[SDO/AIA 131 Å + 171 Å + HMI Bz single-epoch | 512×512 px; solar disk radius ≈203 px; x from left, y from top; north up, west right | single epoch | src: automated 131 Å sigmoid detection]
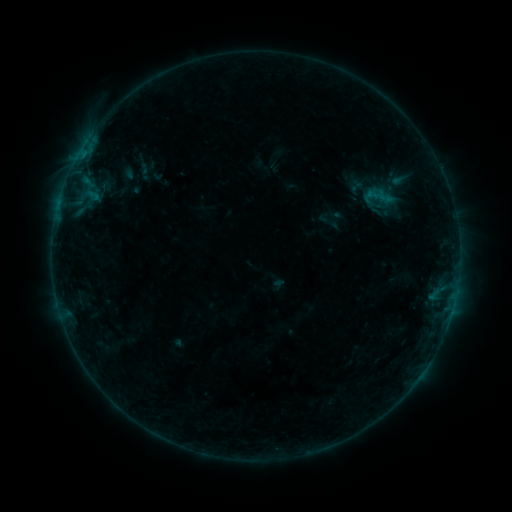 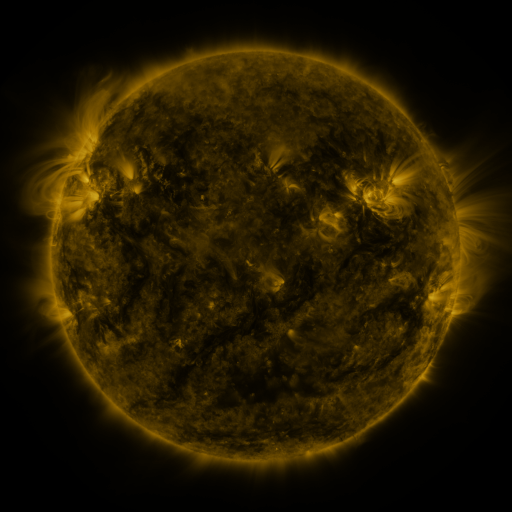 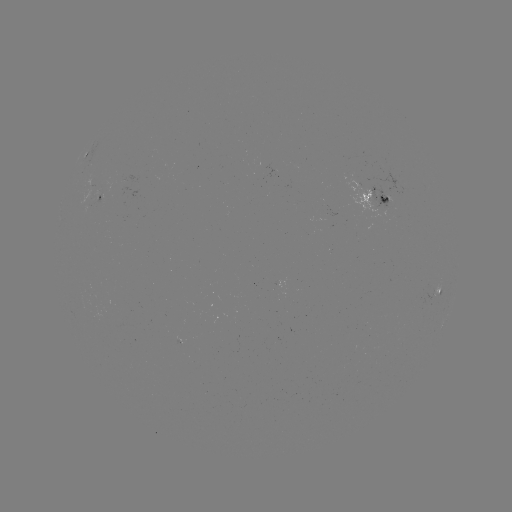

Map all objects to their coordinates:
sigmoid: (380, 197)
